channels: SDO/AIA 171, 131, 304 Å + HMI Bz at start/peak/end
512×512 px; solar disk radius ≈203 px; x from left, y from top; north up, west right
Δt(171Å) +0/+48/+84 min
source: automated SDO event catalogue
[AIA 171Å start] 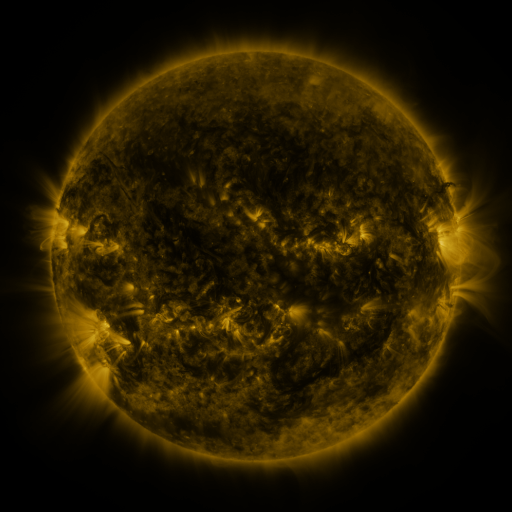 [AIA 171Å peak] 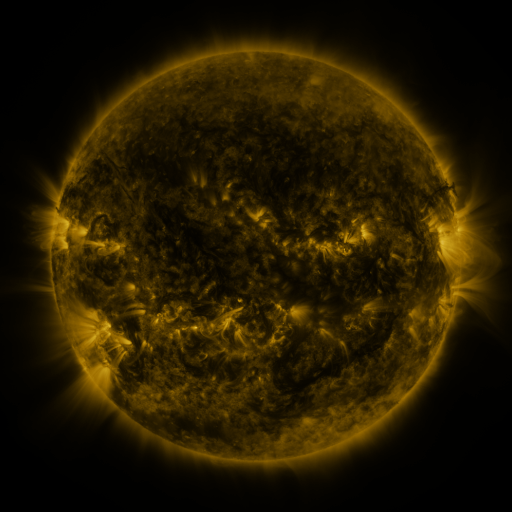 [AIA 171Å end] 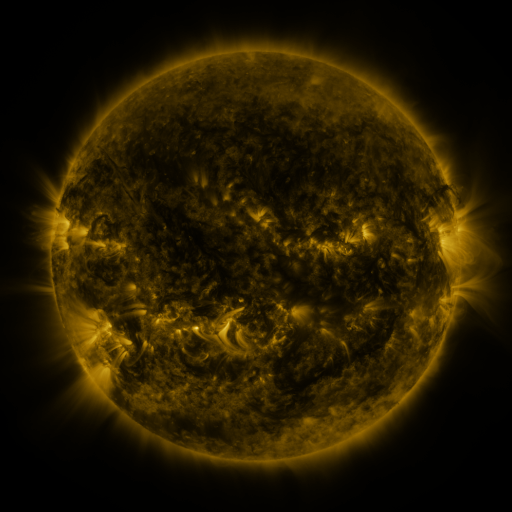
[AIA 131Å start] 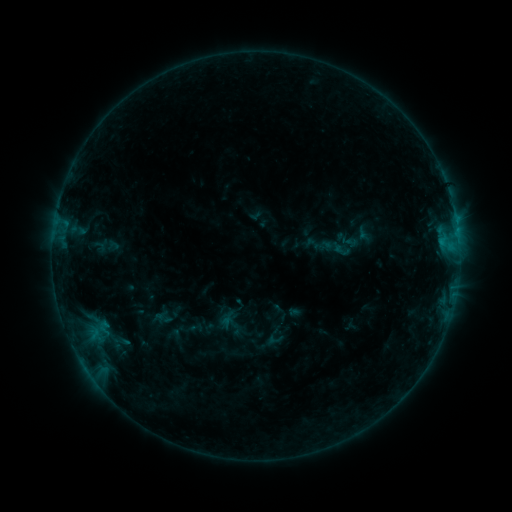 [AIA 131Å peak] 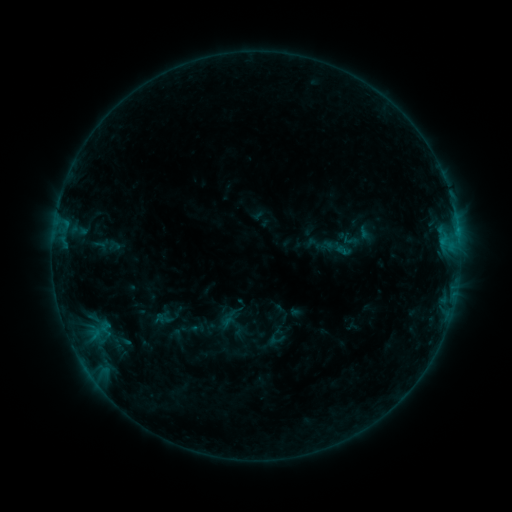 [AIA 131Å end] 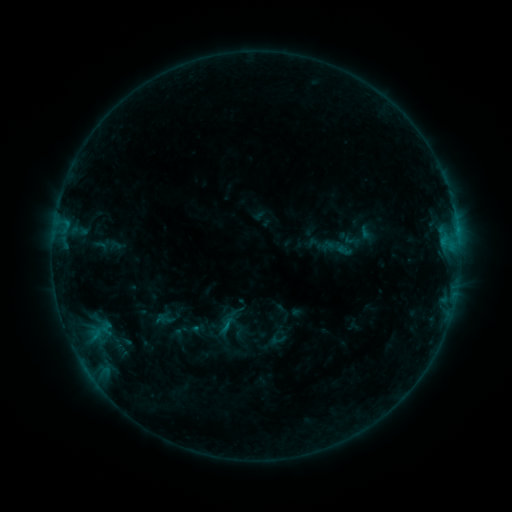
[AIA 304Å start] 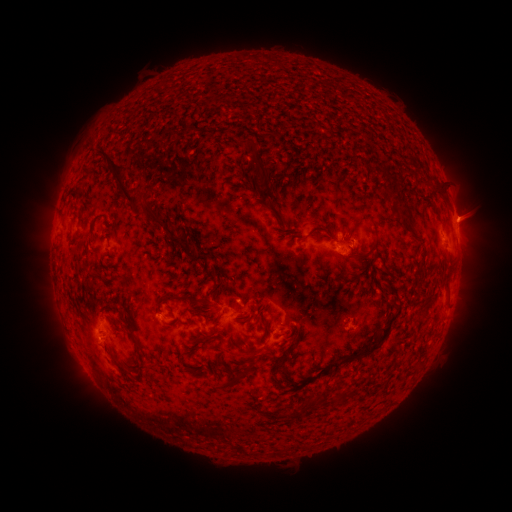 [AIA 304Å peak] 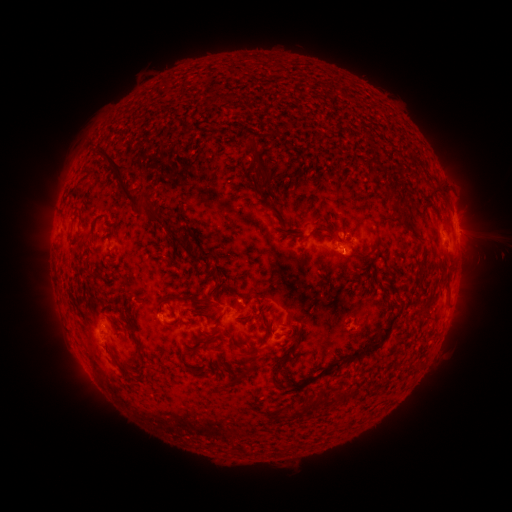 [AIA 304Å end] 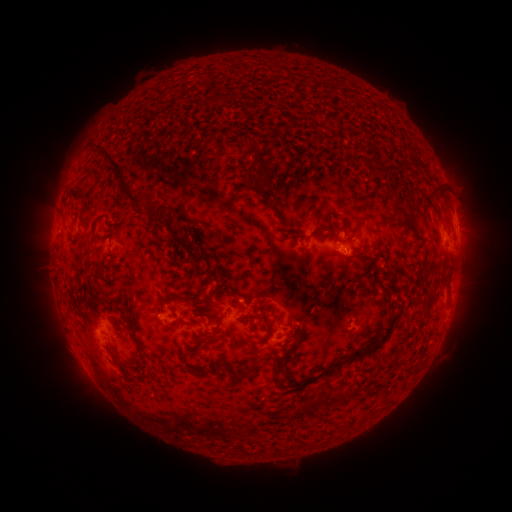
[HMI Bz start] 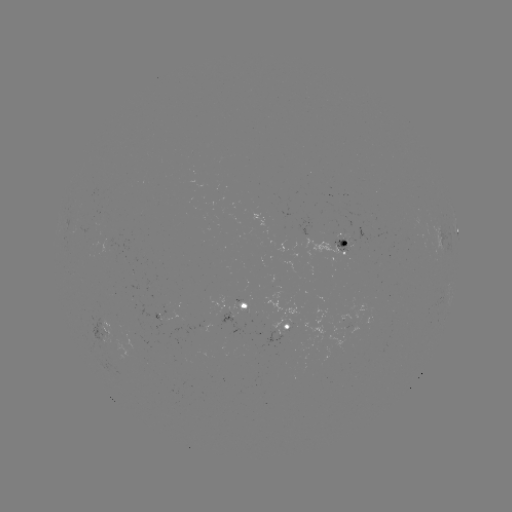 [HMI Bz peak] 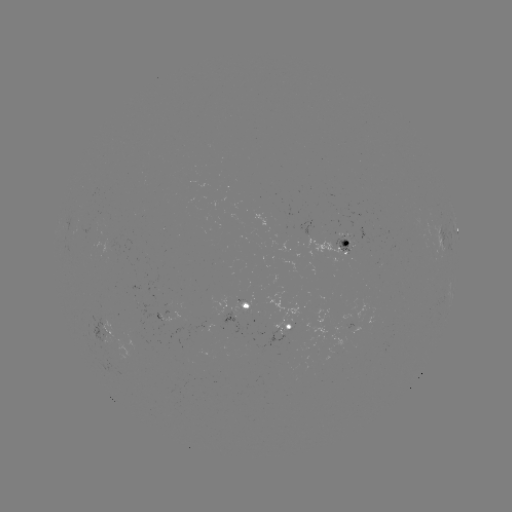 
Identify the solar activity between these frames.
emerging-flux region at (346, 246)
